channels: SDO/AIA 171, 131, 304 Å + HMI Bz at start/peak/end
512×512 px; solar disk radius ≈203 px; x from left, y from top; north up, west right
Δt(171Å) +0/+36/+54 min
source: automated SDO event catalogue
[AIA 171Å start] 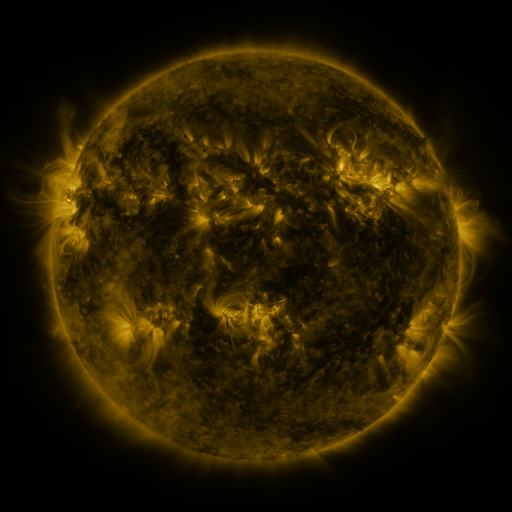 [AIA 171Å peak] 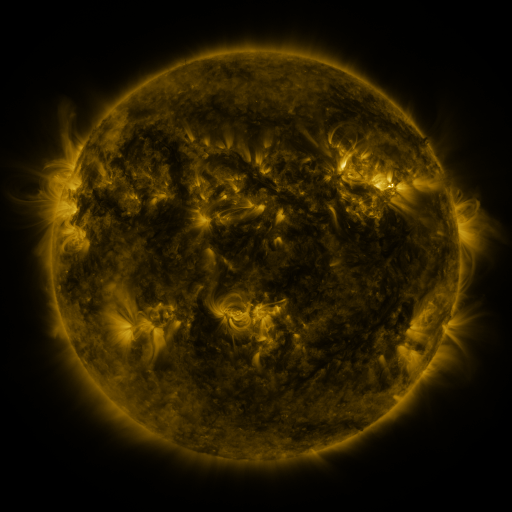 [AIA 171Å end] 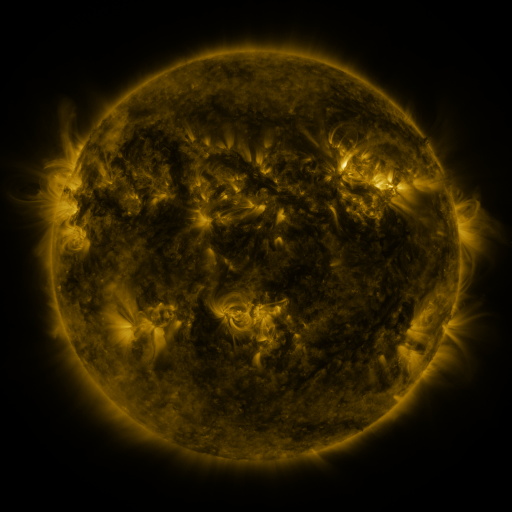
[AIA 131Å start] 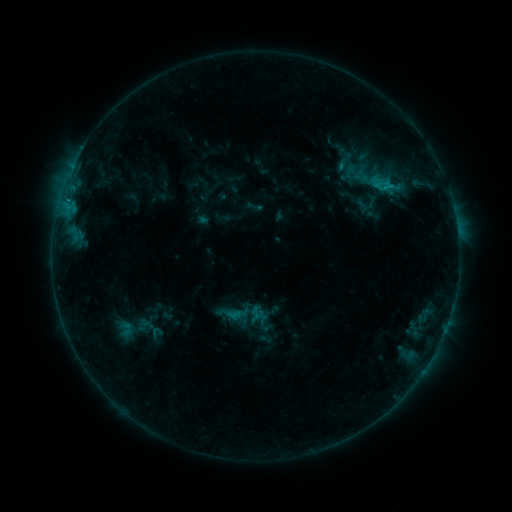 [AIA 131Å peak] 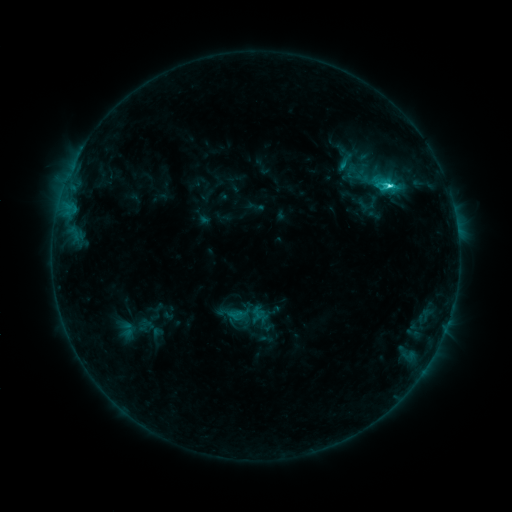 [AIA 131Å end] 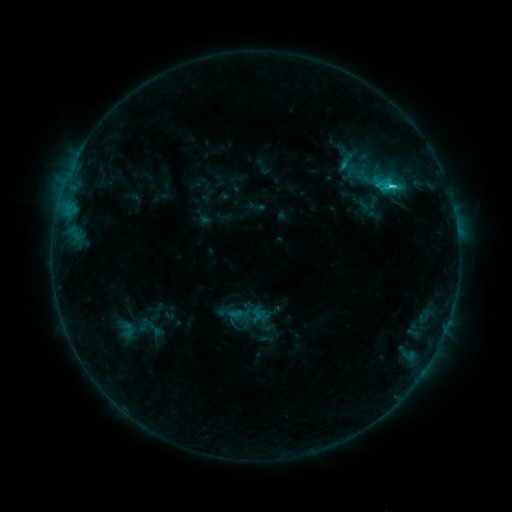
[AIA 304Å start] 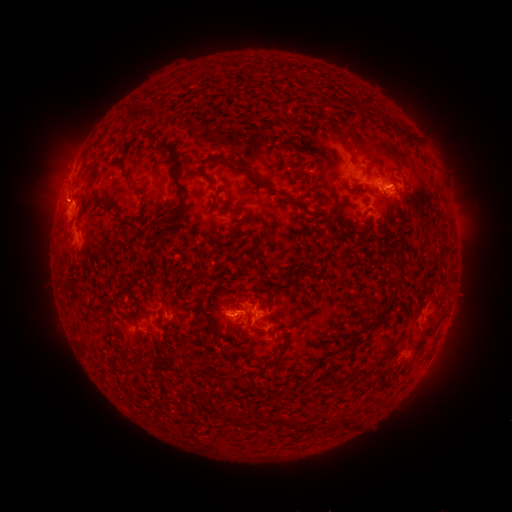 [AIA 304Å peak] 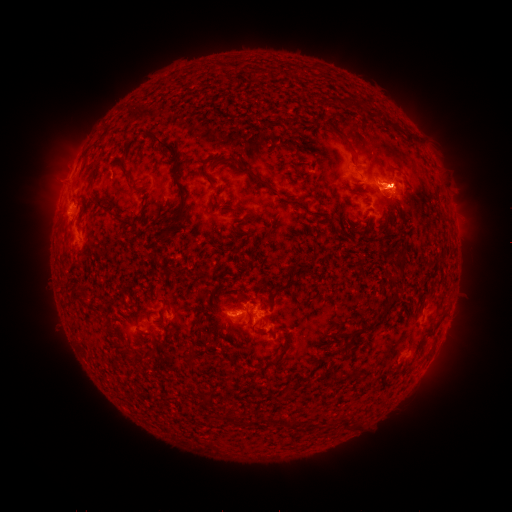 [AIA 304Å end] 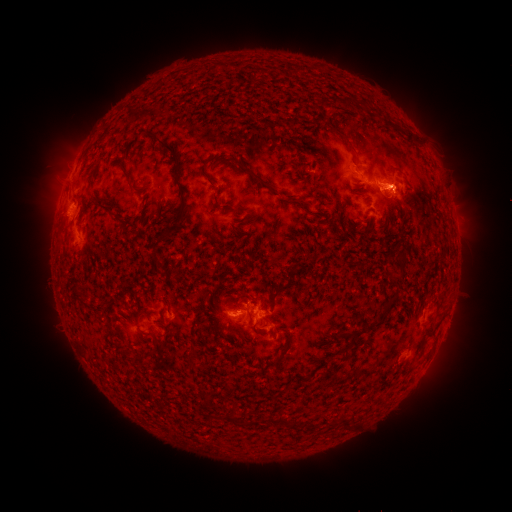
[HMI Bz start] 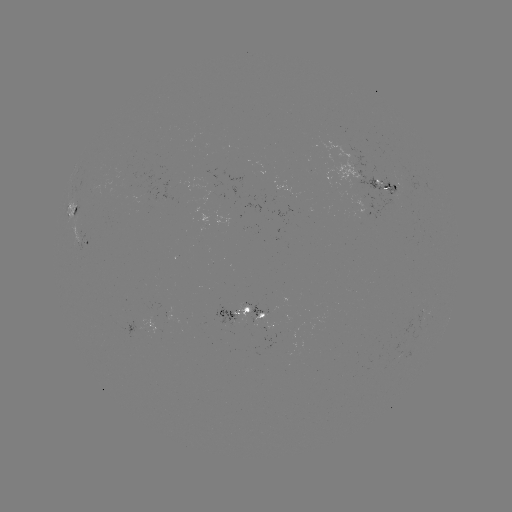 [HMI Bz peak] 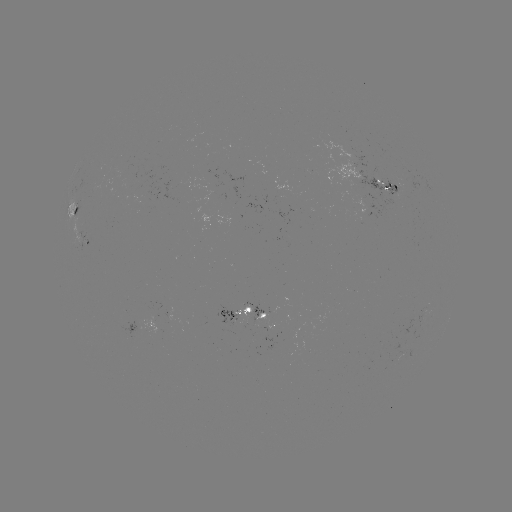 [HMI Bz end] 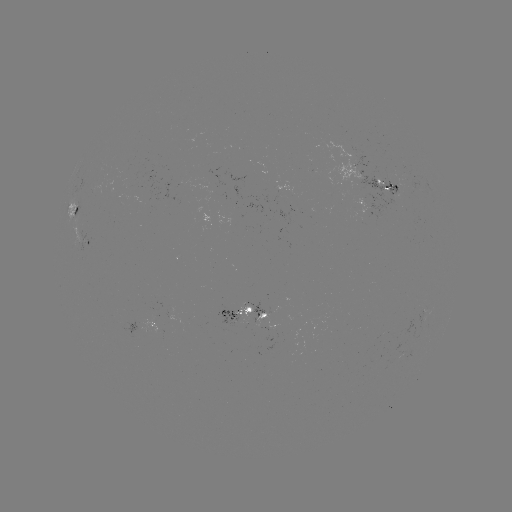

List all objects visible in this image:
C2.9 flare: (388, 189)
